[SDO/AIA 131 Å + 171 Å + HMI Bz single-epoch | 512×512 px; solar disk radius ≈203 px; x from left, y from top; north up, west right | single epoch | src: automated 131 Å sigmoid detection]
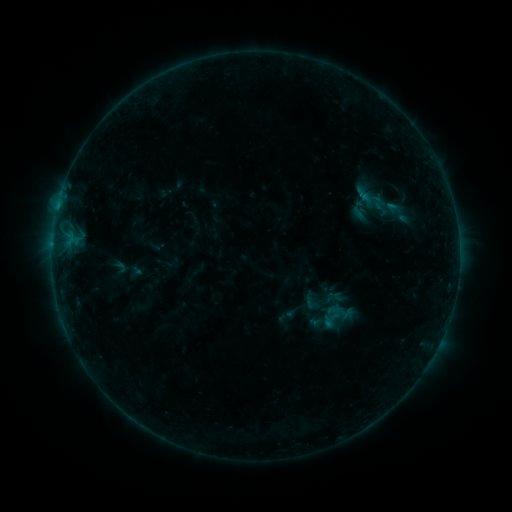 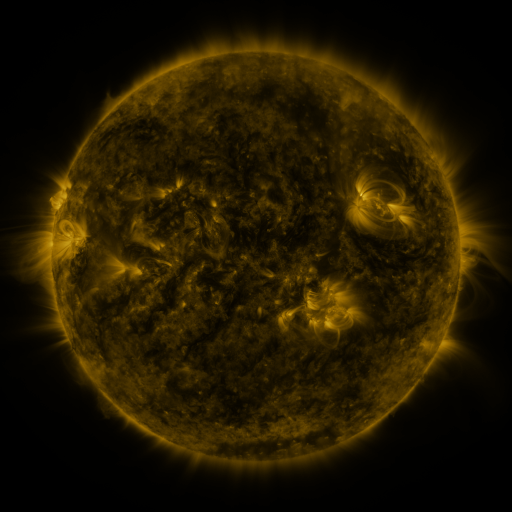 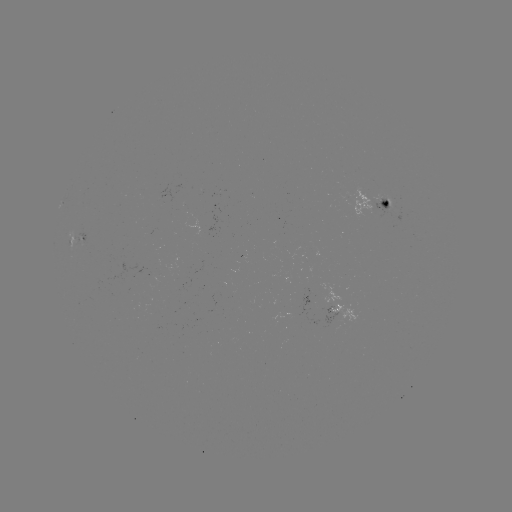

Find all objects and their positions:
sigmoid: (311, 303)
sigmoid: (339, 315)
